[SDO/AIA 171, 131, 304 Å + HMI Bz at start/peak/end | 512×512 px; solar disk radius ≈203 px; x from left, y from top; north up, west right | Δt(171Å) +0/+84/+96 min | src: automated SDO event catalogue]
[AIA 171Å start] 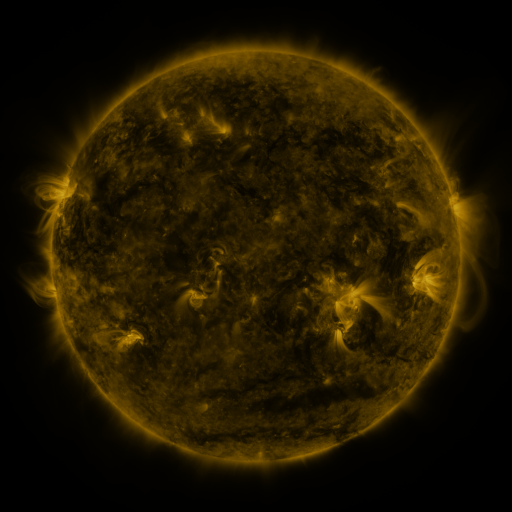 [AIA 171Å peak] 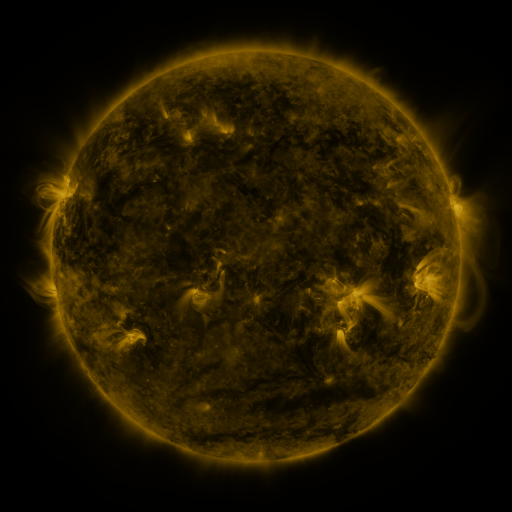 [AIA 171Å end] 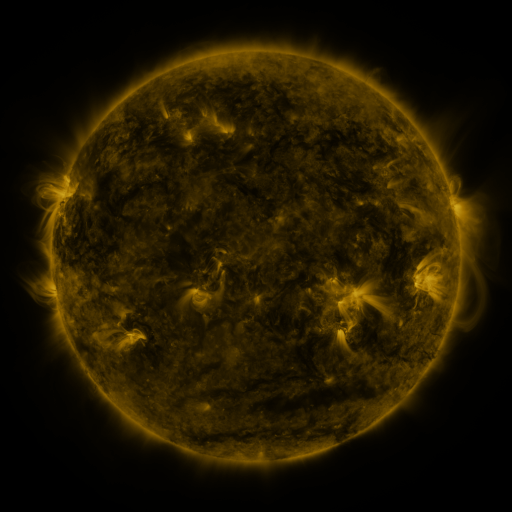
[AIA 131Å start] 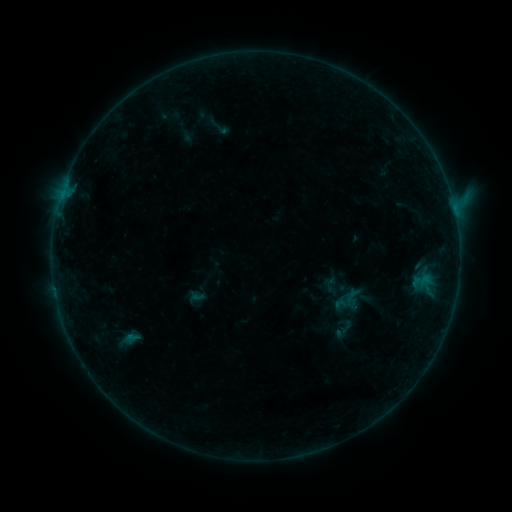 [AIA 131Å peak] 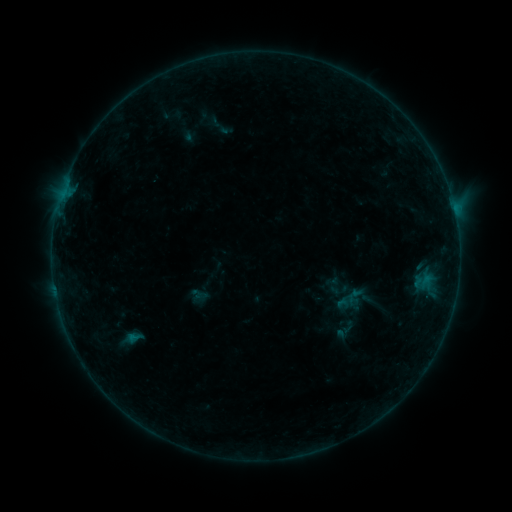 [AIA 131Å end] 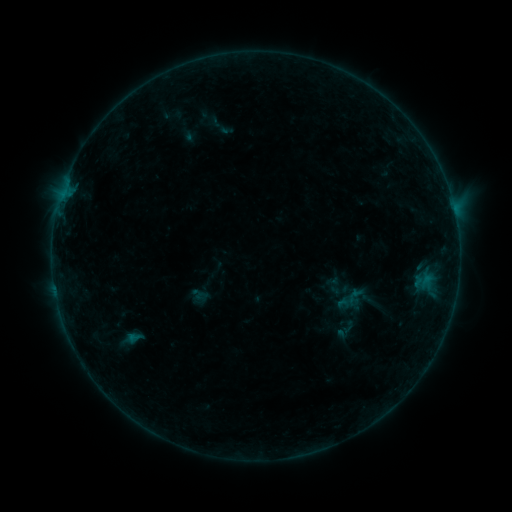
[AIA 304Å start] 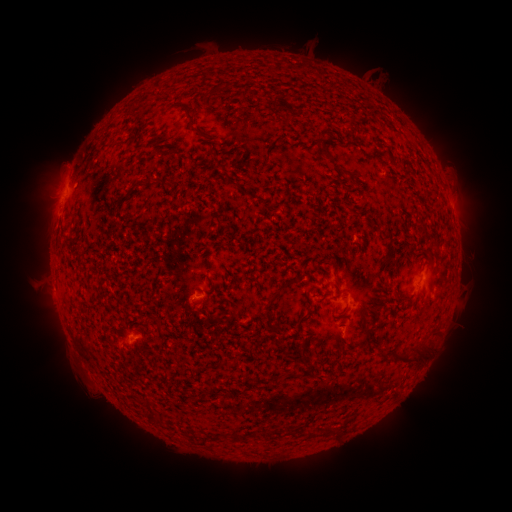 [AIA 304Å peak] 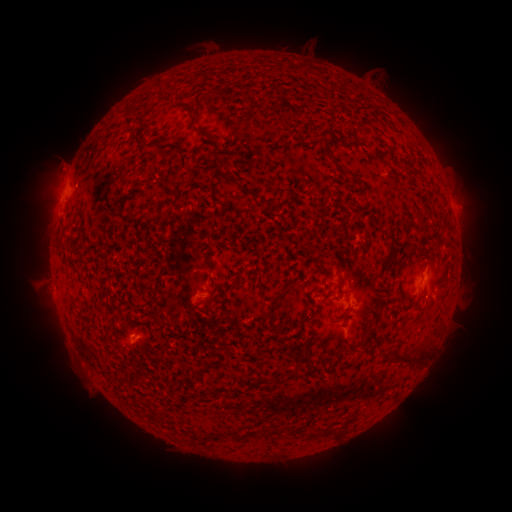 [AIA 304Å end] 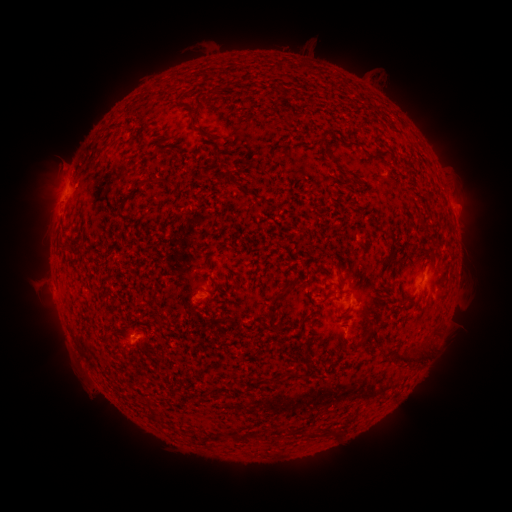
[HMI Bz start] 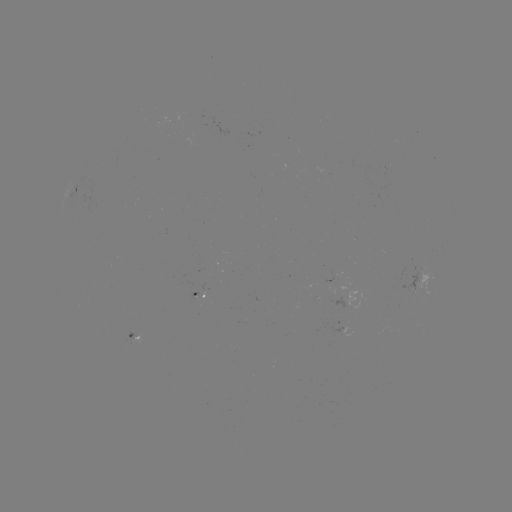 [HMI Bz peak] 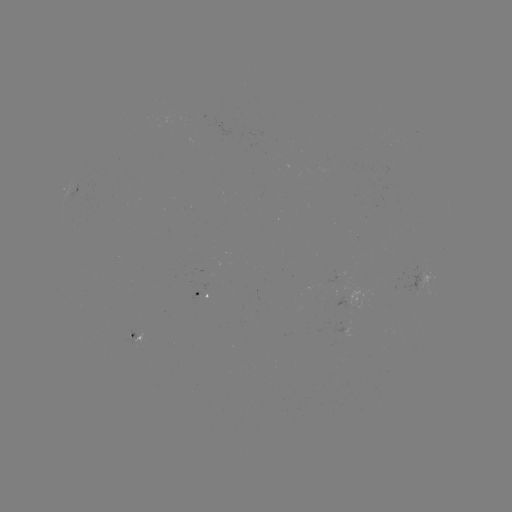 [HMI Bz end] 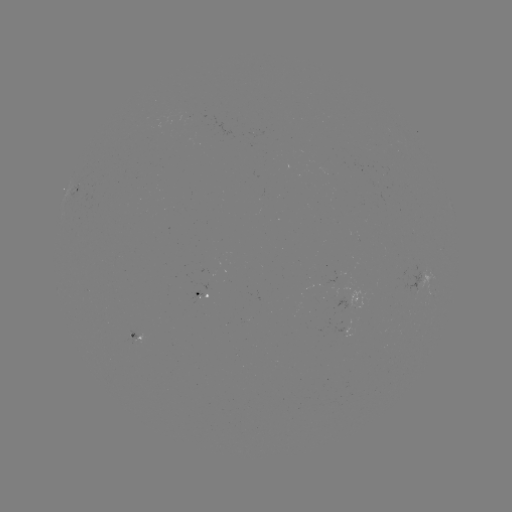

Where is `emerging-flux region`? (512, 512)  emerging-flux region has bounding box [188, 291, 203, 304].